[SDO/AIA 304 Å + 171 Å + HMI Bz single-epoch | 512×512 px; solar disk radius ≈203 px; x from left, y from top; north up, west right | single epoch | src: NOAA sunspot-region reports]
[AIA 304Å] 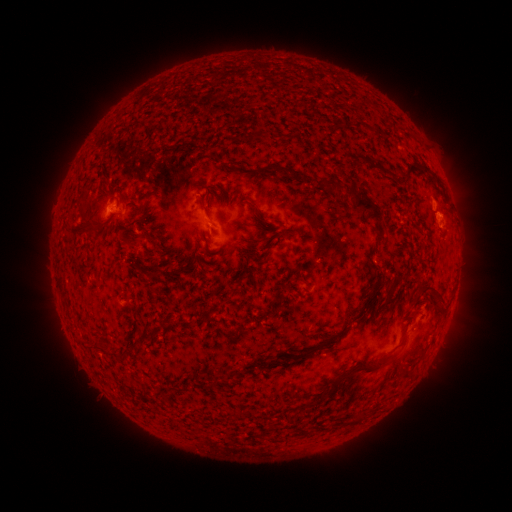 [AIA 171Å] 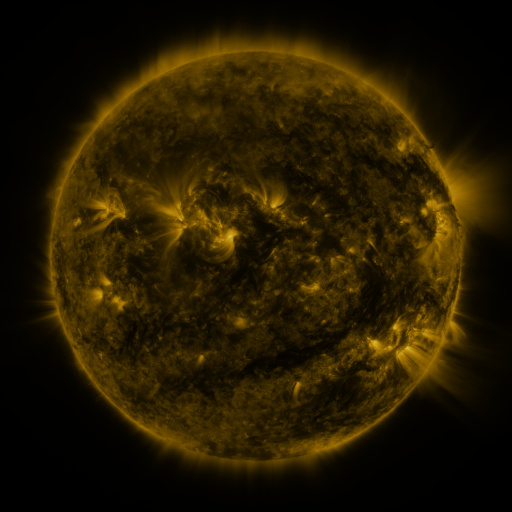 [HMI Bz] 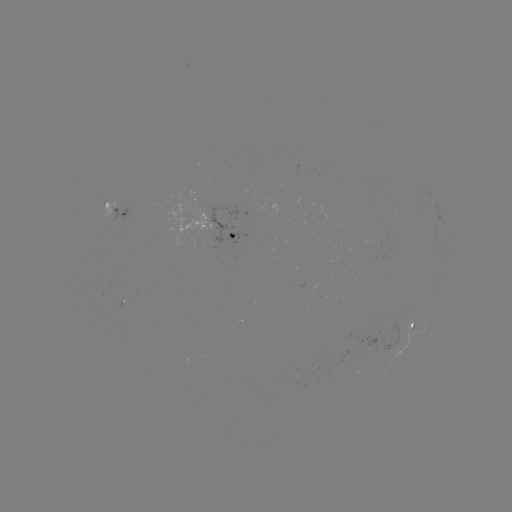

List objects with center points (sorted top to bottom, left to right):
spotted active region: (113, 207)
spotted active region: (242, 233)
spotted active region: (419, 323)
